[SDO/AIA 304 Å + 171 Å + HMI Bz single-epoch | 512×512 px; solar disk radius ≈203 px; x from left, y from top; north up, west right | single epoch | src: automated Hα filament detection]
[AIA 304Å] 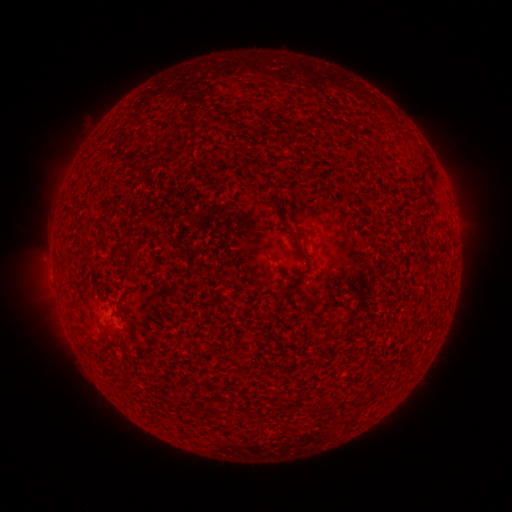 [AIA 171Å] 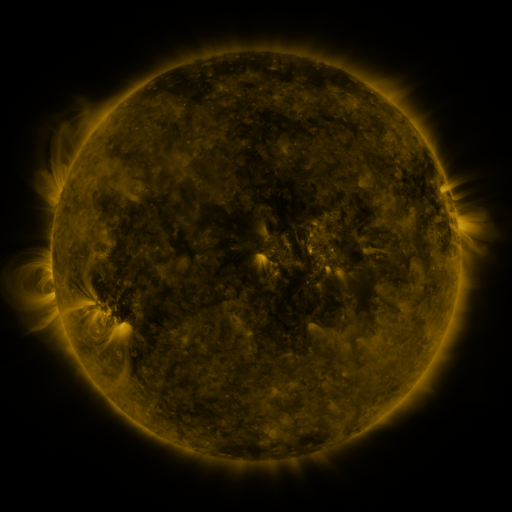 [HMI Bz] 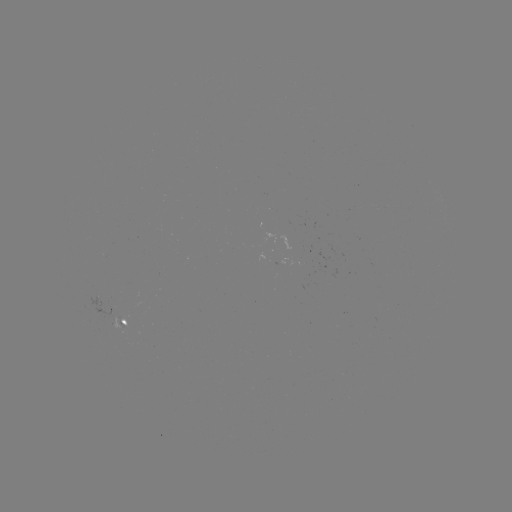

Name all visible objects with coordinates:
filament: <bbox>293, 236, 306, 260</bbox>
filament: <bbox>126, 250, 135, 260</bbox>
